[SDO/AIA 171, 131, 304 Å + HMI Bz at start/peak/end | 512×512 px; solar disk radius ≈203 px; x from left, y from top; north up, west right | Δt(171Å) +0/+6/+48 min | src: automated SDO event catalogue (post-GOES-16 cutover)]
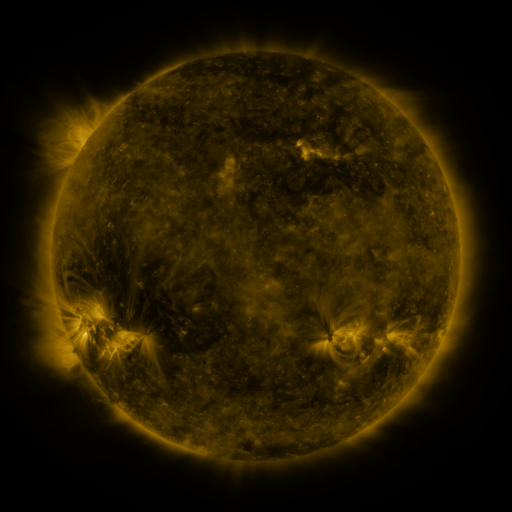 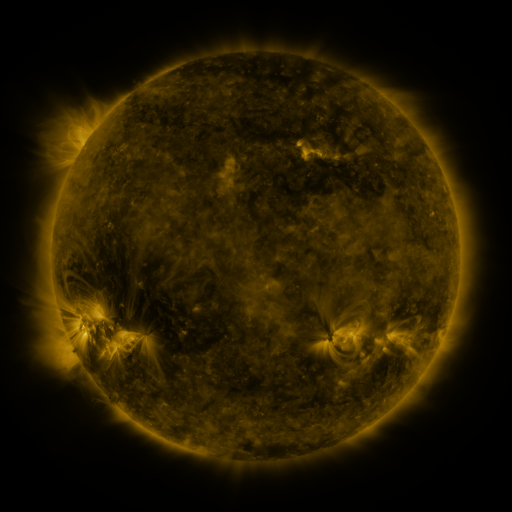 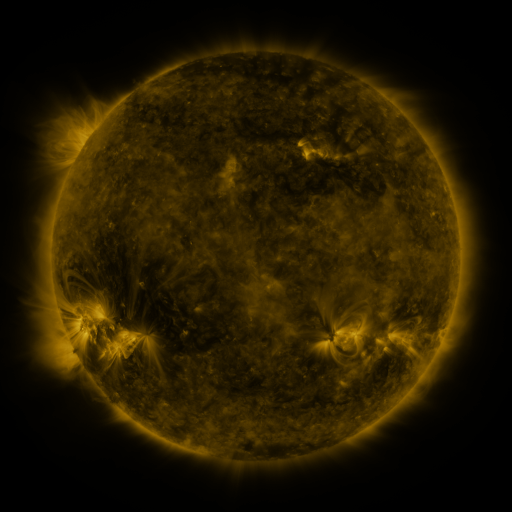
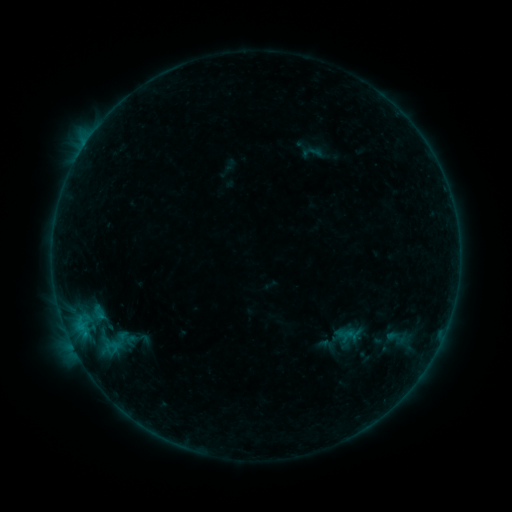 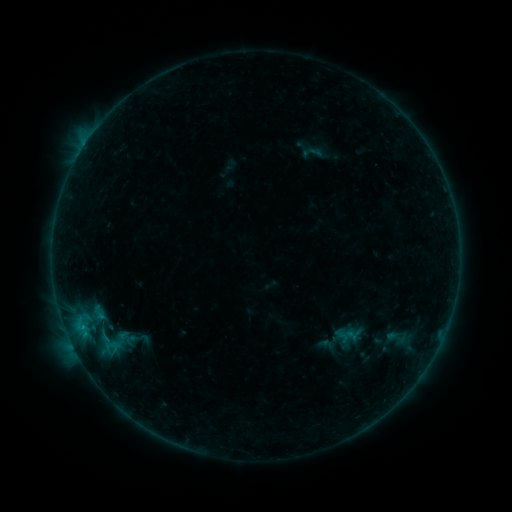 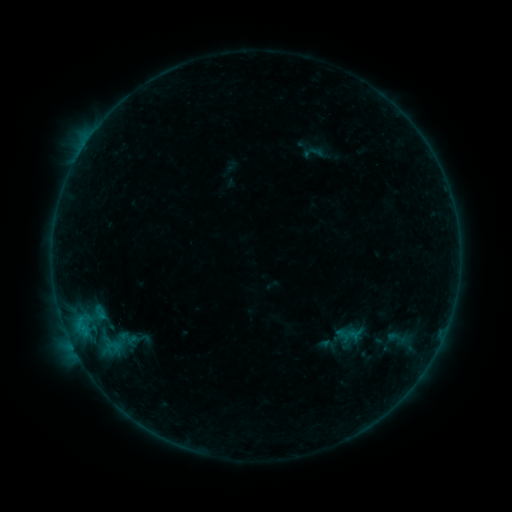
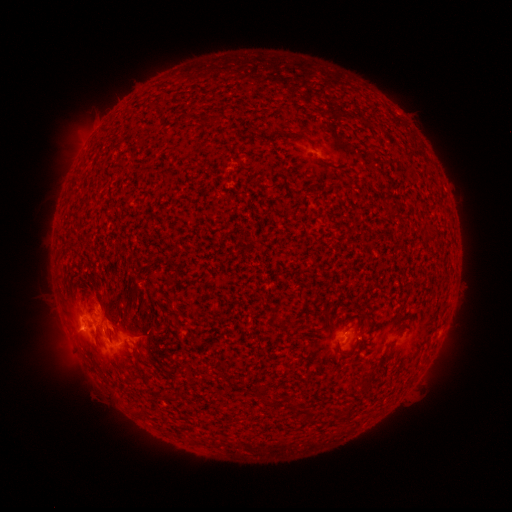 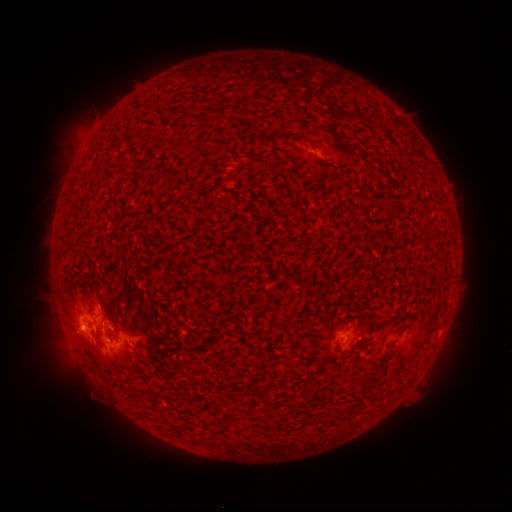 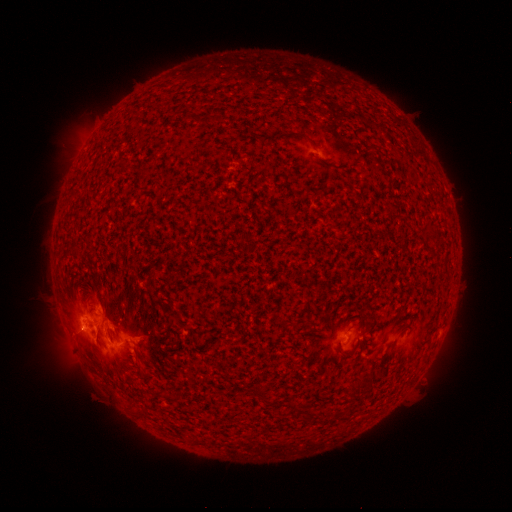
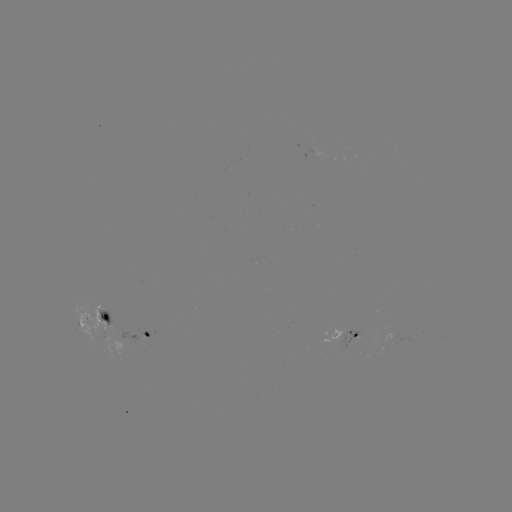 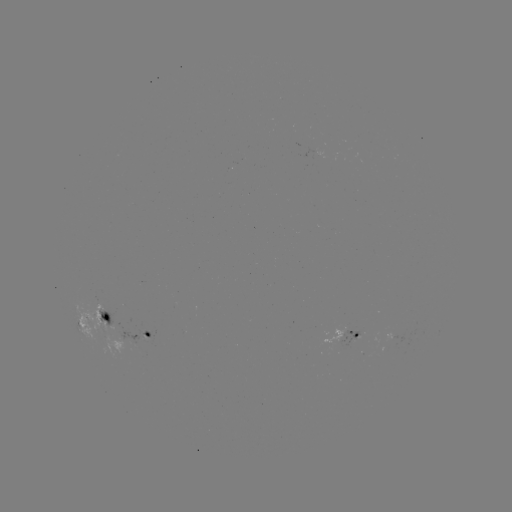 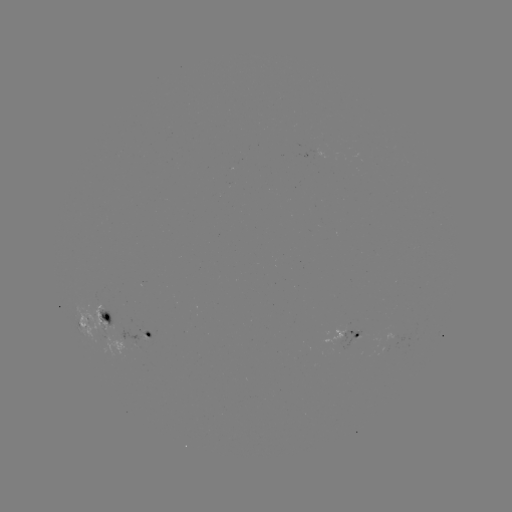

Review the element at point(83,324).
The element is B6.7 flare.